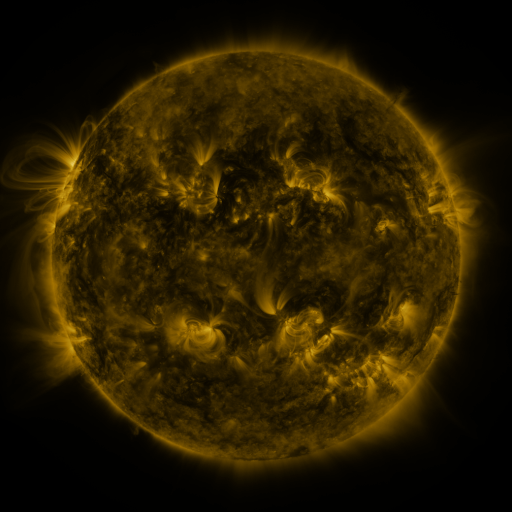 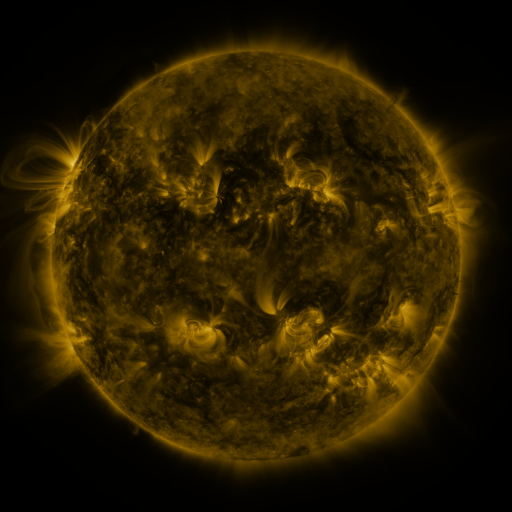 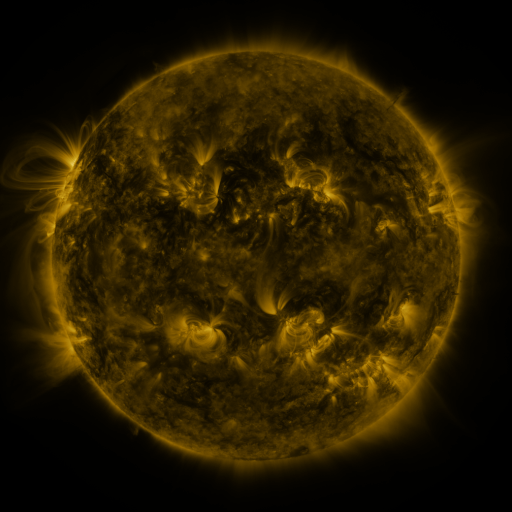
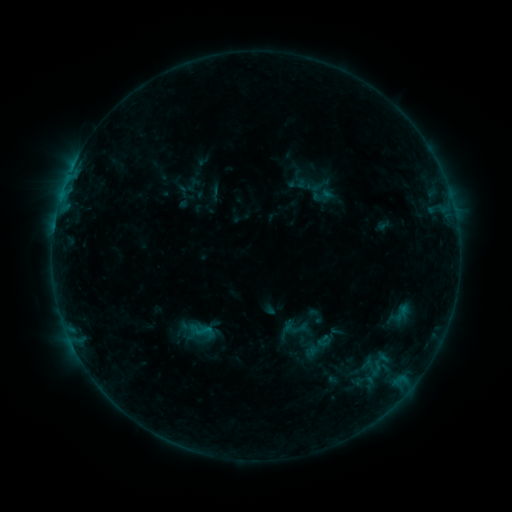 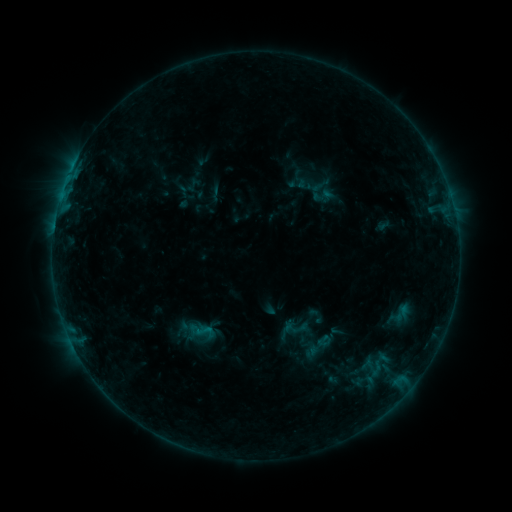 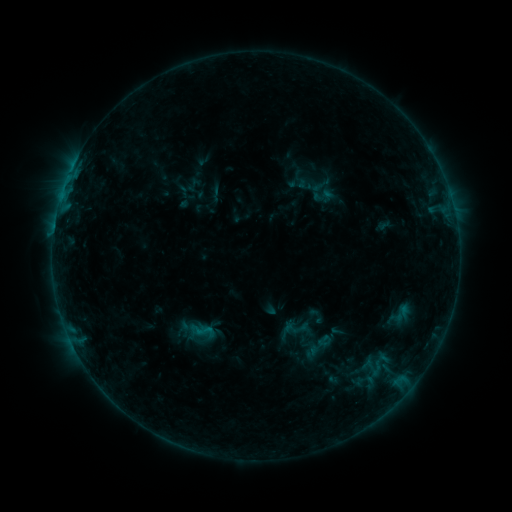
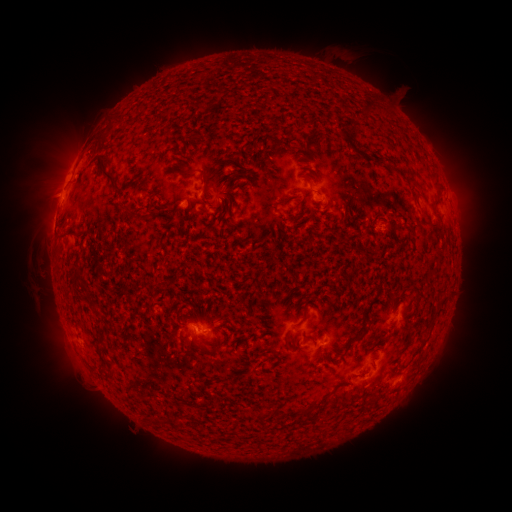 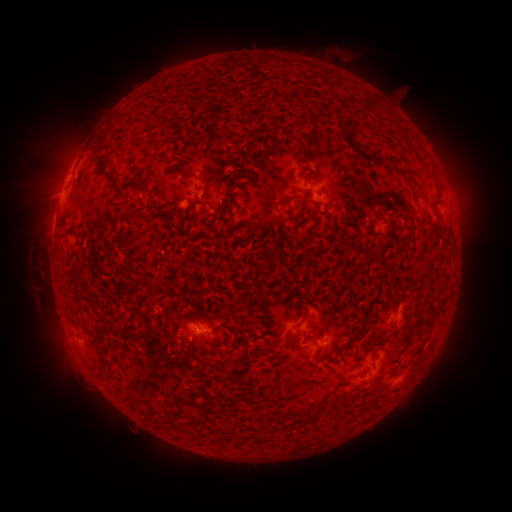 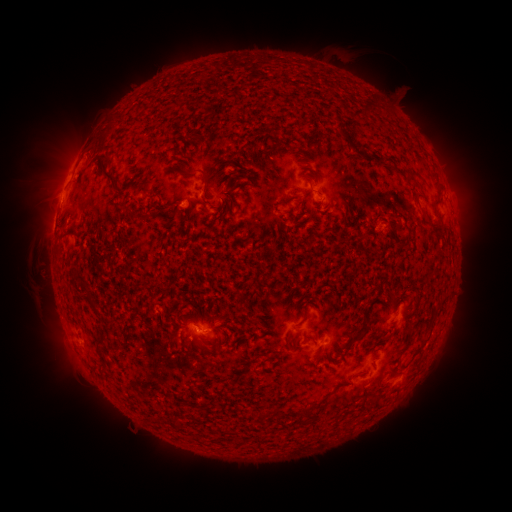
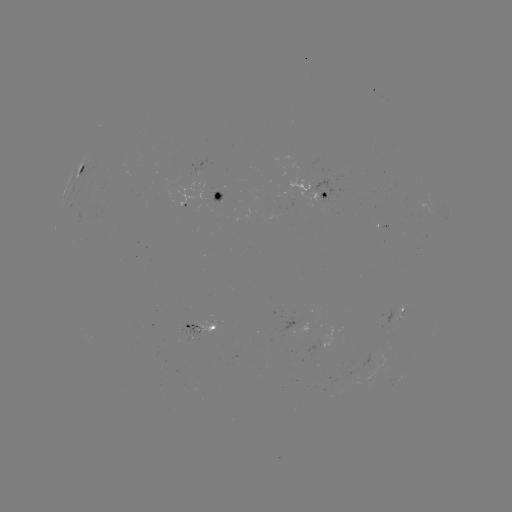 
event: eruption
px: (50, 177)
